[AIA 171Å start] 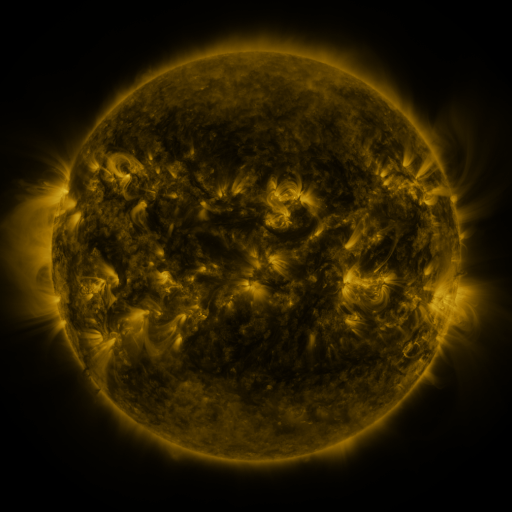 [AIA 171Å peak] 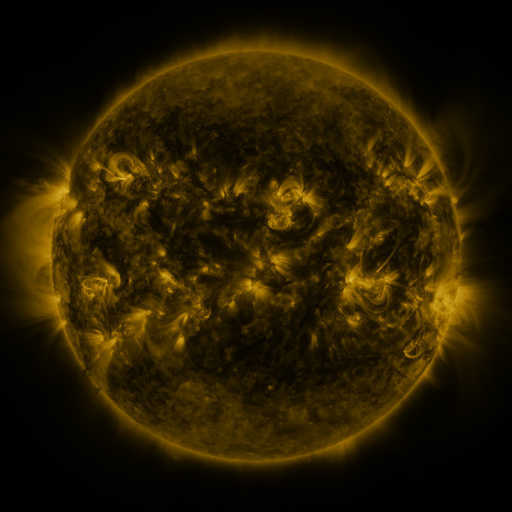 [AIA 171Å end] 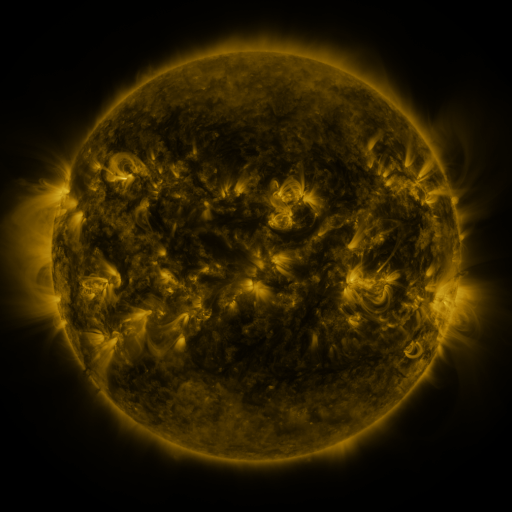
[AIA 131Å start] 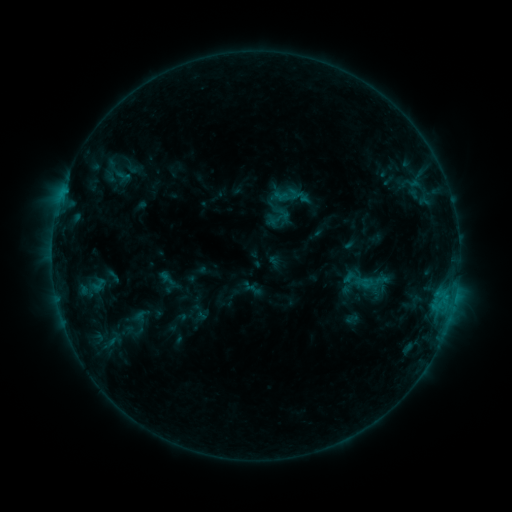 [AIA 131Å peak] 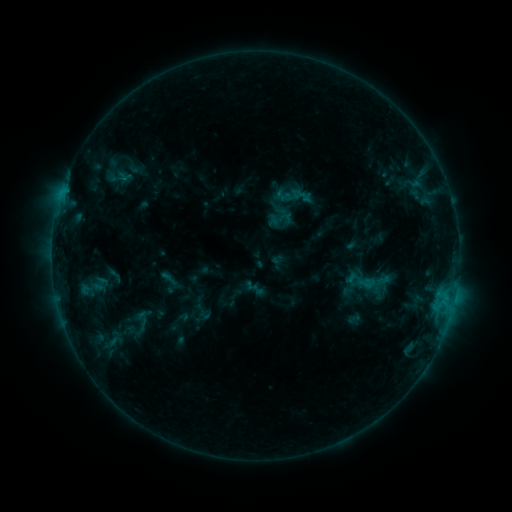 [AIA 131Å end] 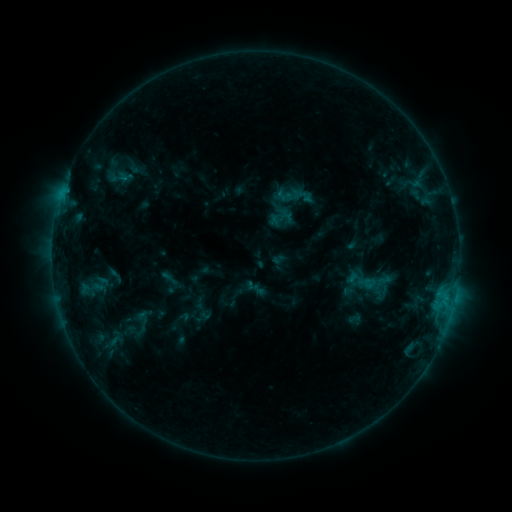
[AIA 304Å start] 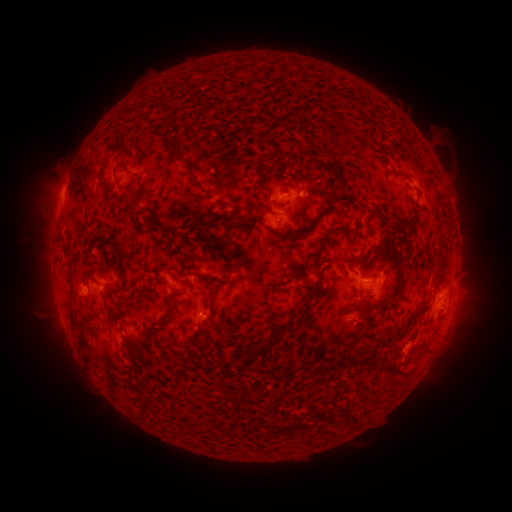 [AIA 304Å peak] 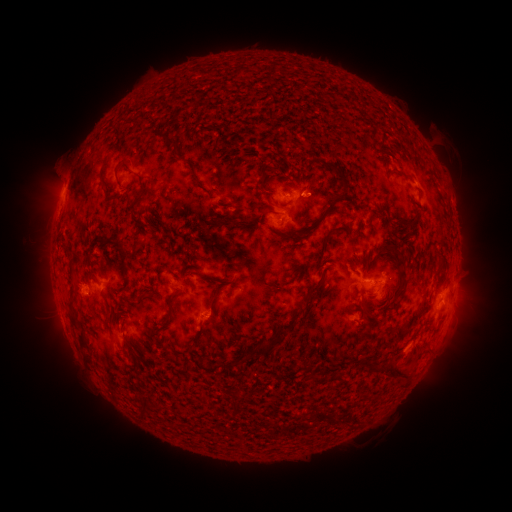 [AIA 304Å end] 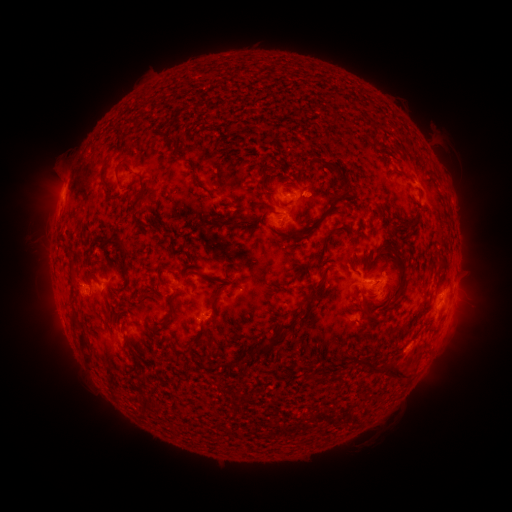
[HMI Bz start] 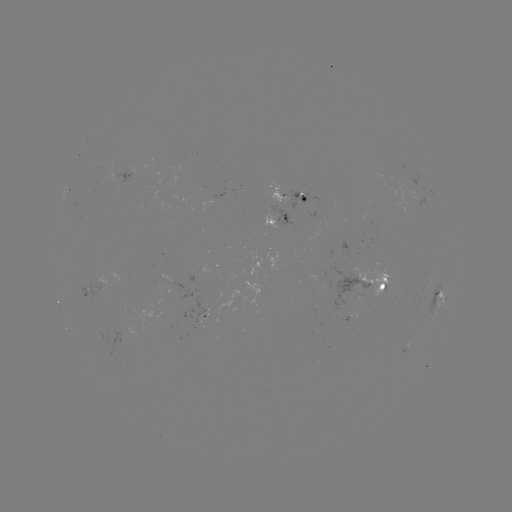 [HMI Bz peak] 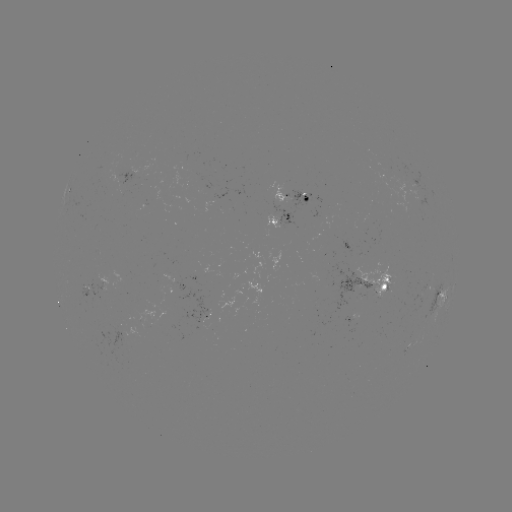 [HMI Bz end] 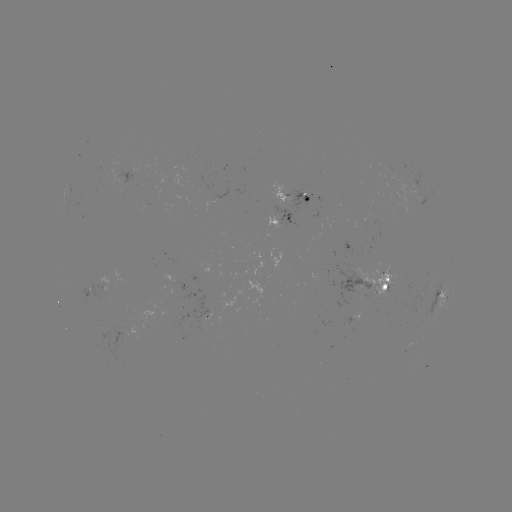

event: emerging-flux region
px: (276, 222)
